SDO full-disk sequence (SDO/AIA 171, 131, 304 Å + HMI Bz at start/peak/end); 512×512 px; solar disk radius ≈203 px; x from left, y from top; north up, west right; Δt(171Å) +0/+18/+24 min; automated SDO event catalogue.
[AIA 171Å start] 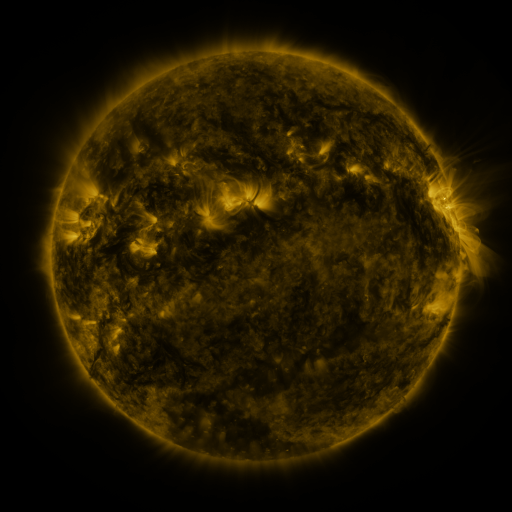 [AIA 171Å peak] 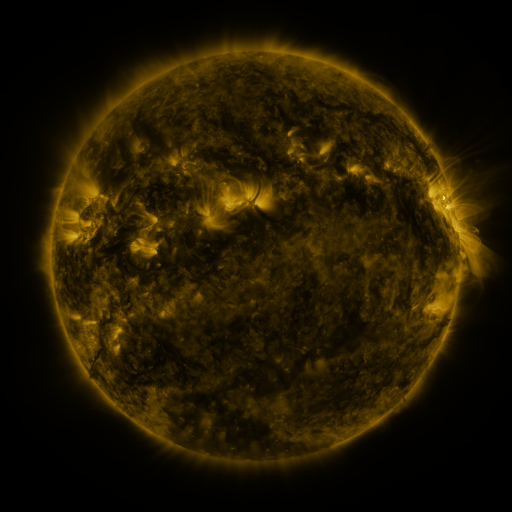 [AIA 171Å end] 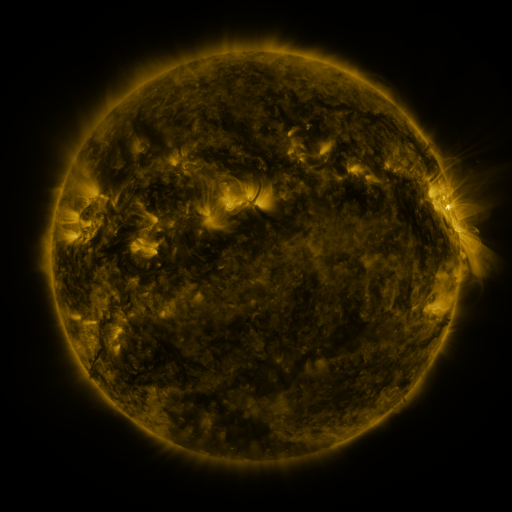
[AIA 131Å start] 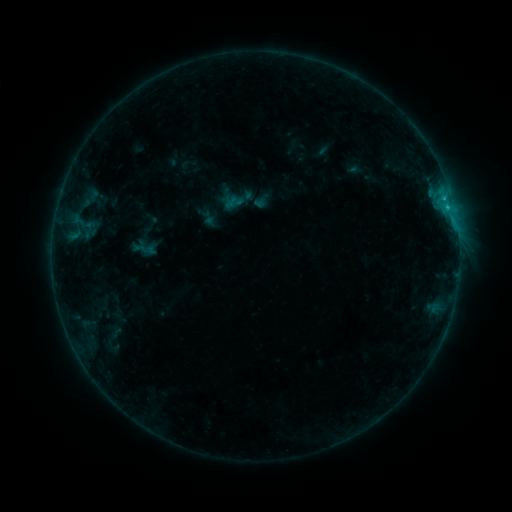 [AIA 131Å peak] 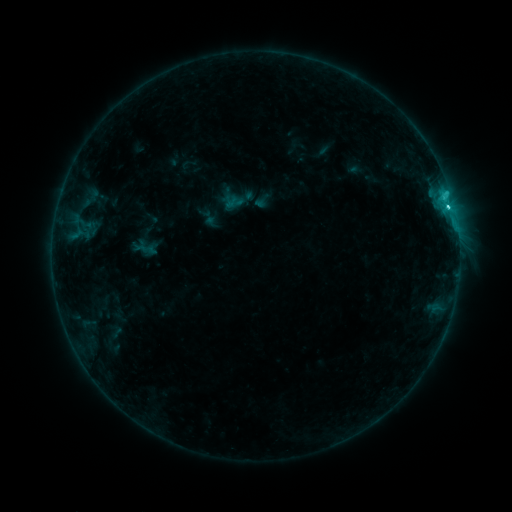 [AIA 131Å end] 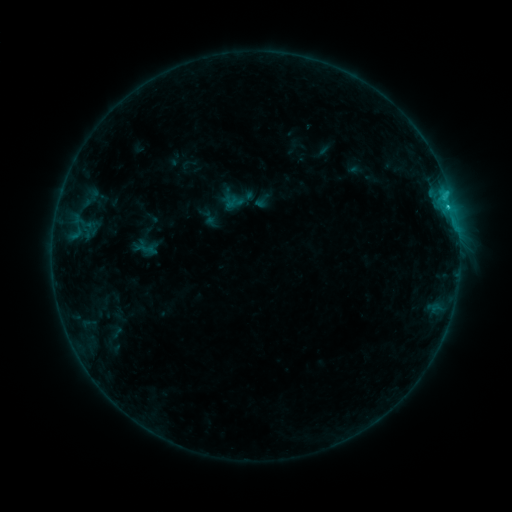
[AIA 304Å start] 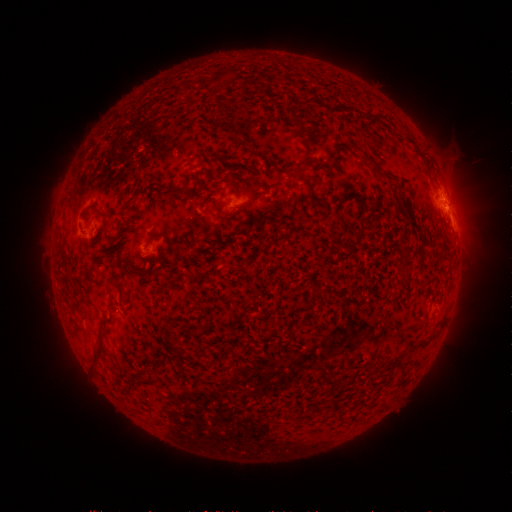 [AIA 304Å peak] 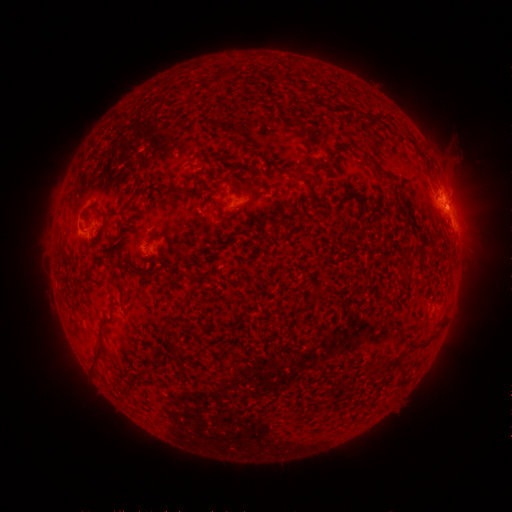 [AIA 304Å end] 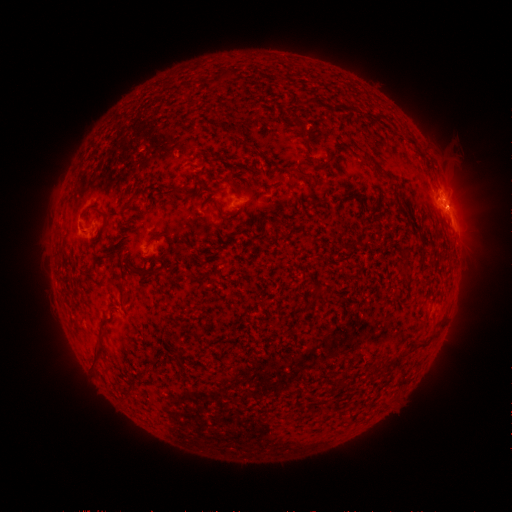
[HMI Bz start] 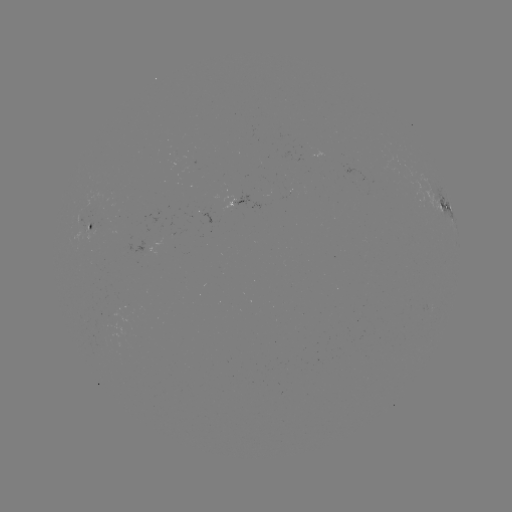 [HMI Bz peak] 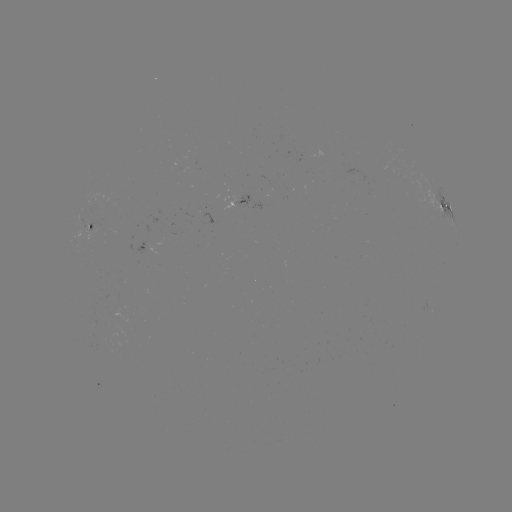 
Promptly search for C2.1 flare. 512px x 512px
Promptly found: (448, 207).